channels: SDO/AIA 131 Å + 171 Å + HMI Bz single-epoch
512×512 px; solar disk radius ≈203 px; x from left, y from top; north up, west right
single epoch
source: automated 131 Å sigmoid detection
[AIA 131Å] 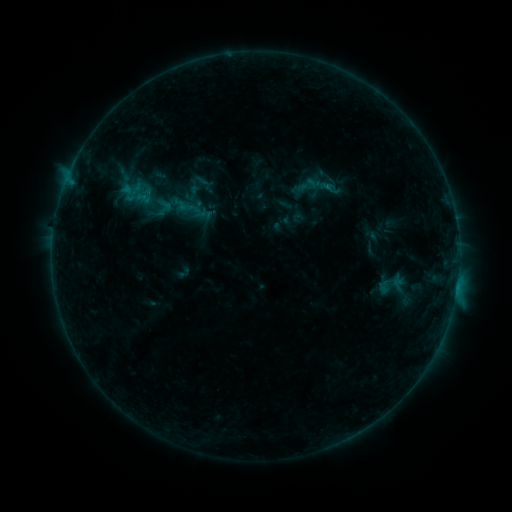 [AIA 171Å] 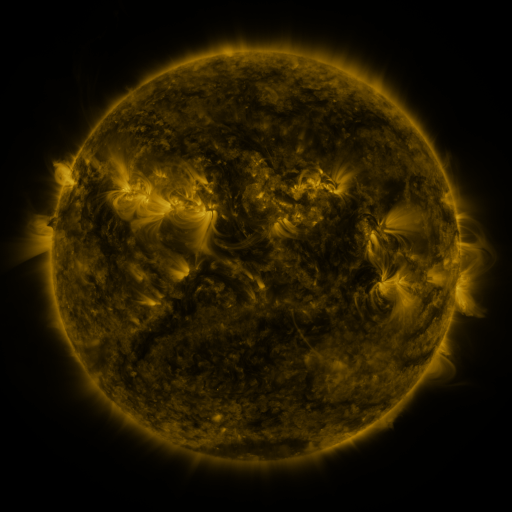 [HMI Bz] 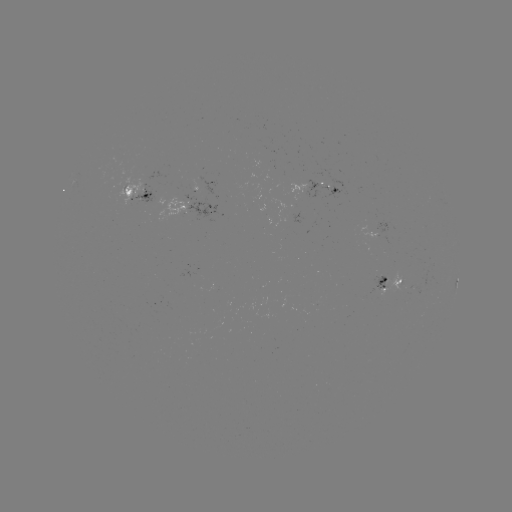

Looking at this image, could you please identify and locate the sigmoid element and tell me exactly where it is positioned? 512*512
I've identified sigmoid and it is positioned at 307,184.